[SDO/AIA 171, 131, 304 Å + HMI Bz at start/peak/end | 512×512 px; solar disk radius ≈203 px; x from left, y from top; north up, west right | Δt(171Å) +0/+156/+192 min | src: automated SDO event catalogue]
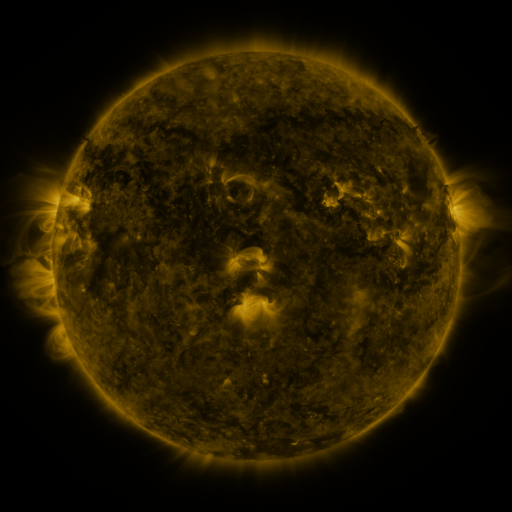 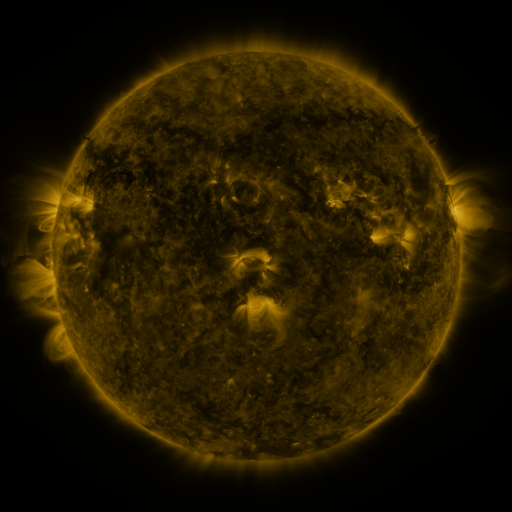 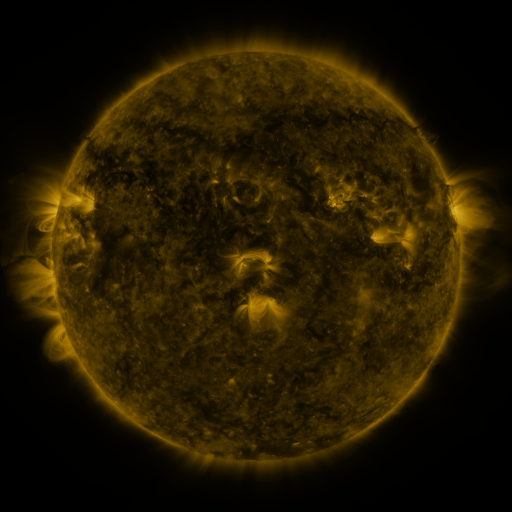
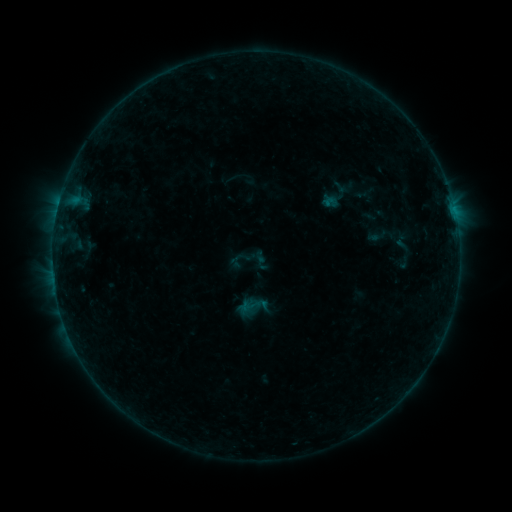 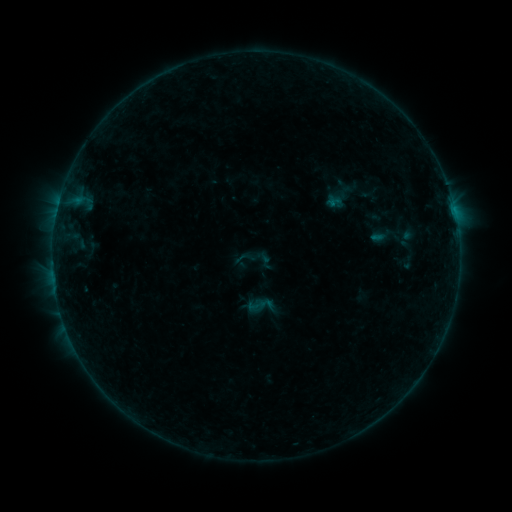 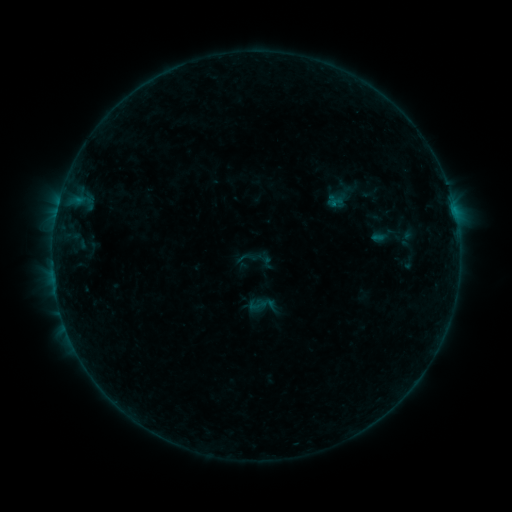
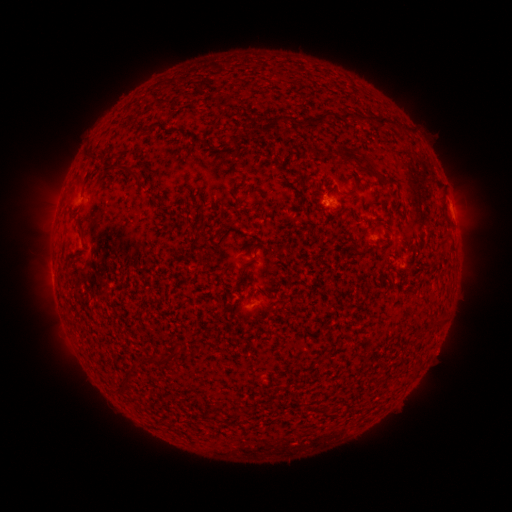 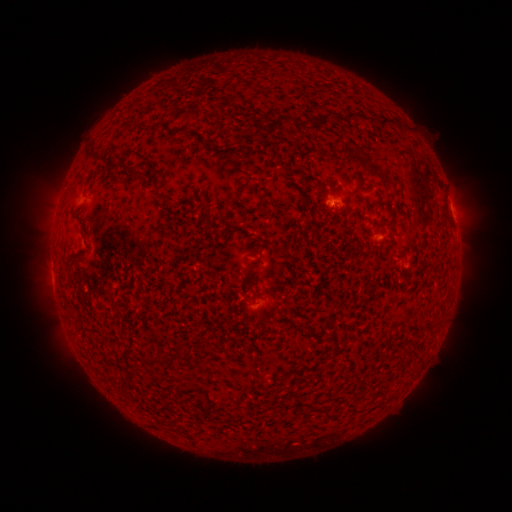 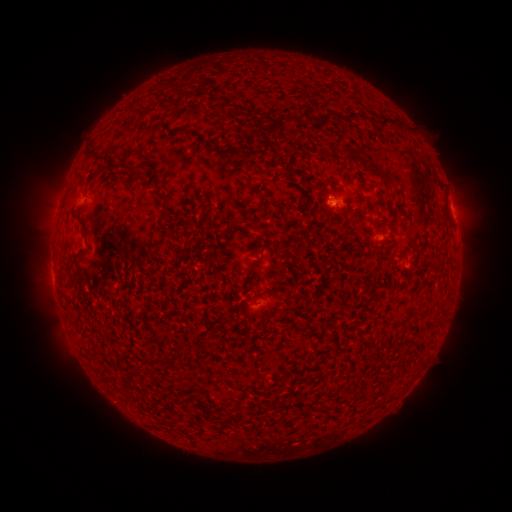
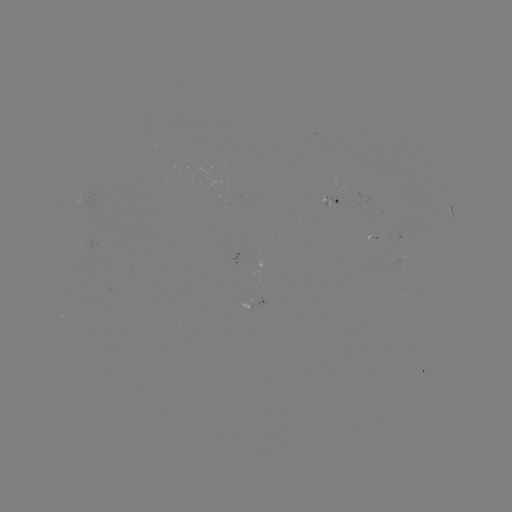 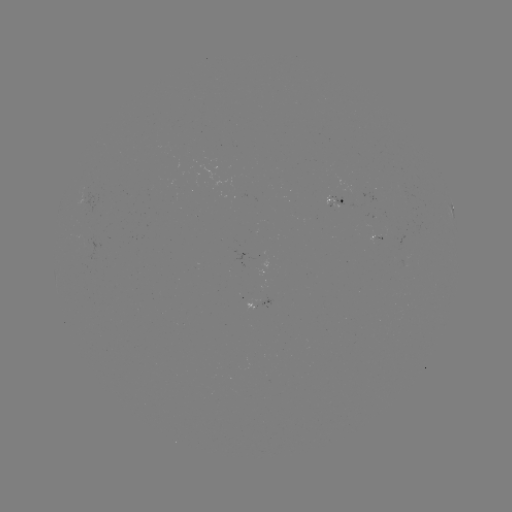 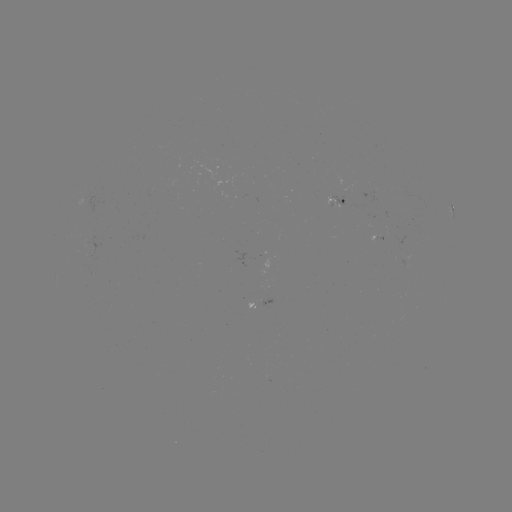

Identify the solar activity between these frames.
emerging-flux region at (263, 301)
